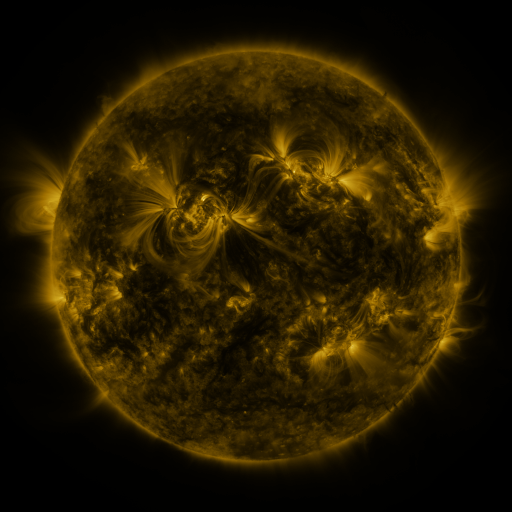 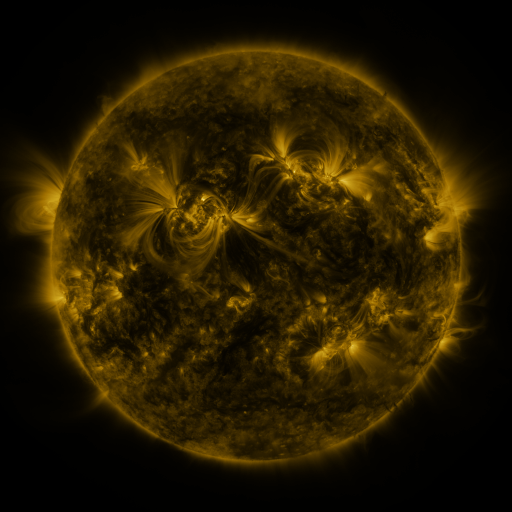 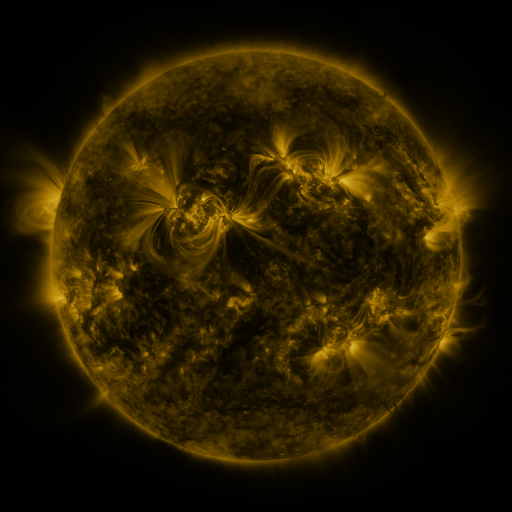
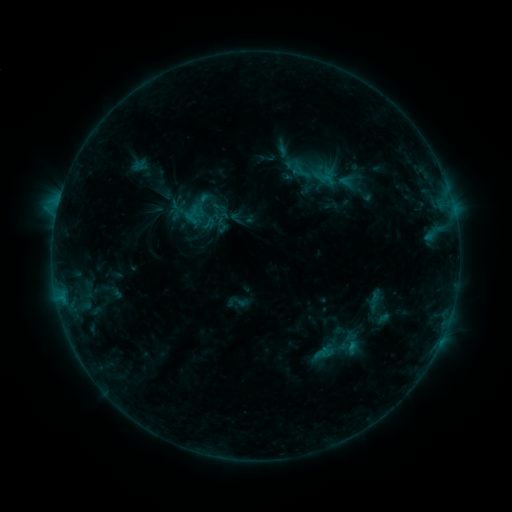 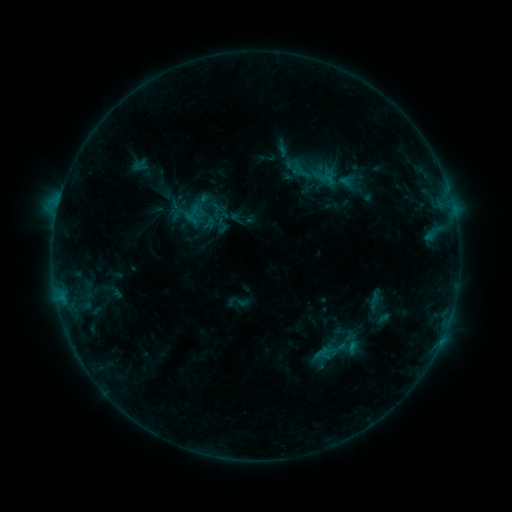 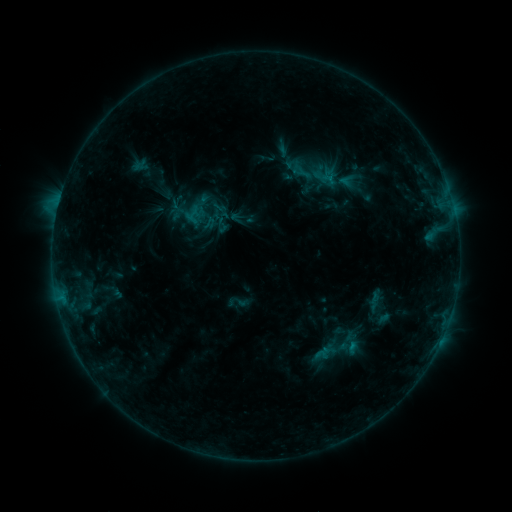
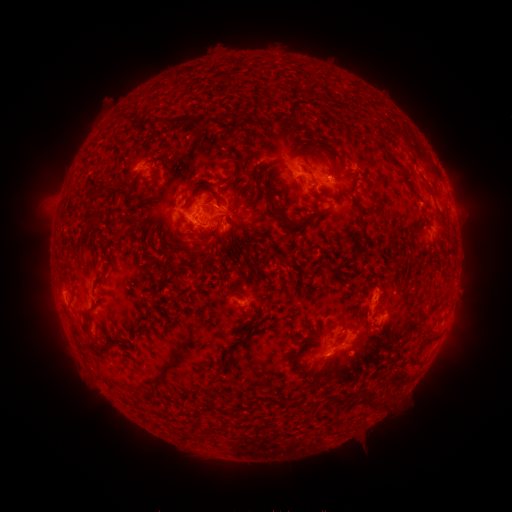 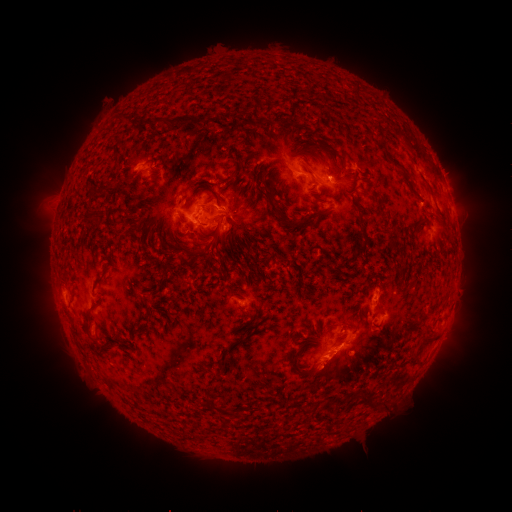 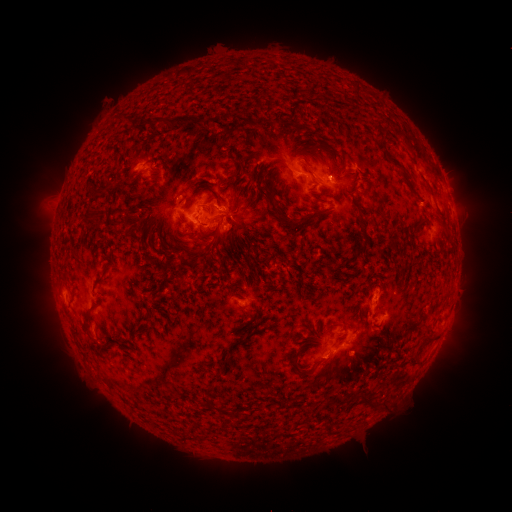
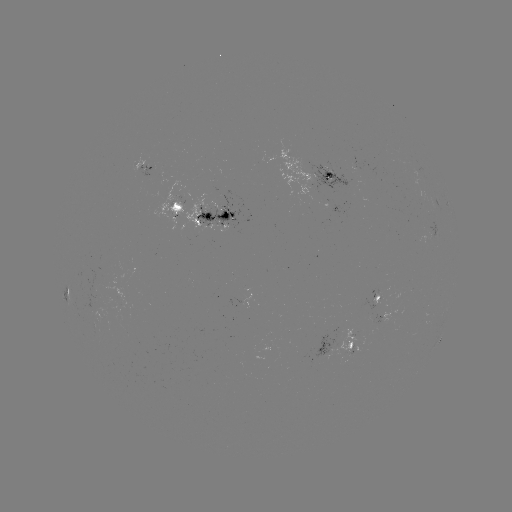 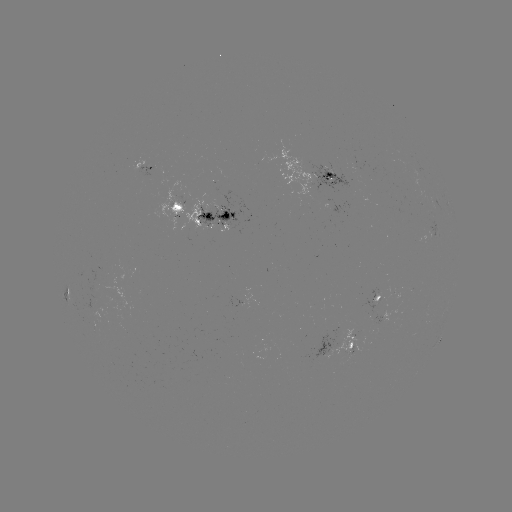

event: eruption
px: (333, 365)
